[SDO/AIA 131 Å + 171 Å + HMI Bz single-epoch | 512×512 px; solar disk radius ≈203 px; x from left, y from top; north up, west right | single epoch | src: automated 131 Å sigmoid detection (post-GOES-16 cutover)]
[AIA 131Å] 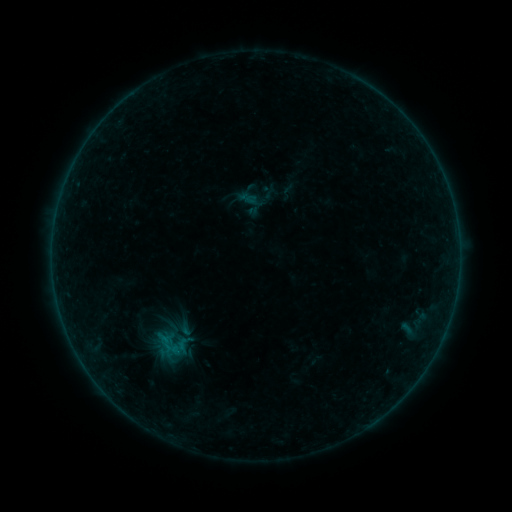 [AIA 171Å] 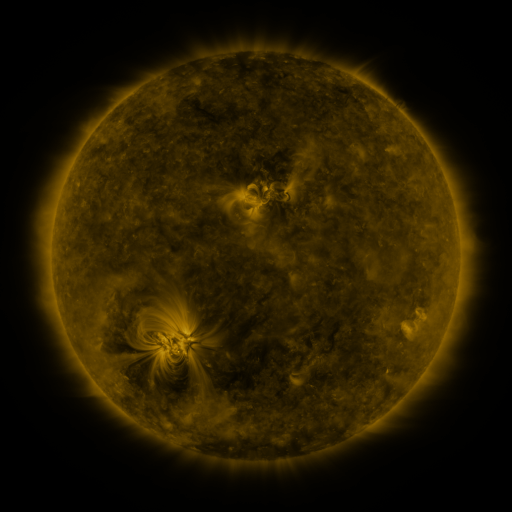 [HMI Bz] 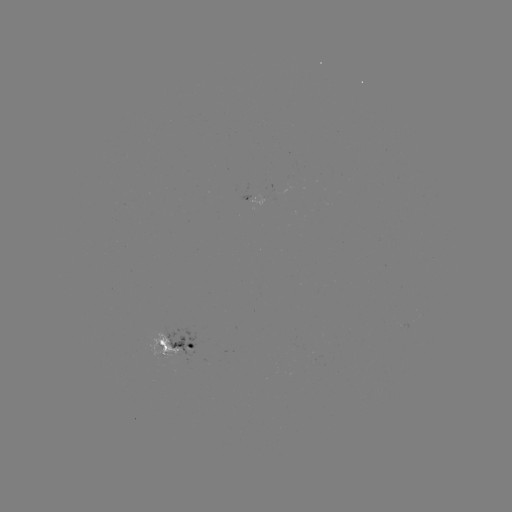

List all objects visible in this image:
sigmoid: <bbox>148, 327, 193, 361</bbox>
